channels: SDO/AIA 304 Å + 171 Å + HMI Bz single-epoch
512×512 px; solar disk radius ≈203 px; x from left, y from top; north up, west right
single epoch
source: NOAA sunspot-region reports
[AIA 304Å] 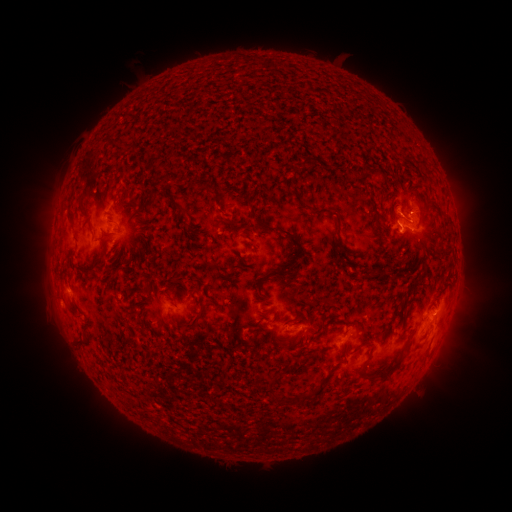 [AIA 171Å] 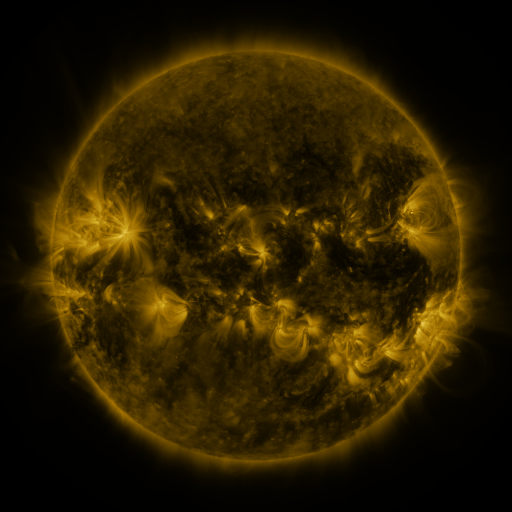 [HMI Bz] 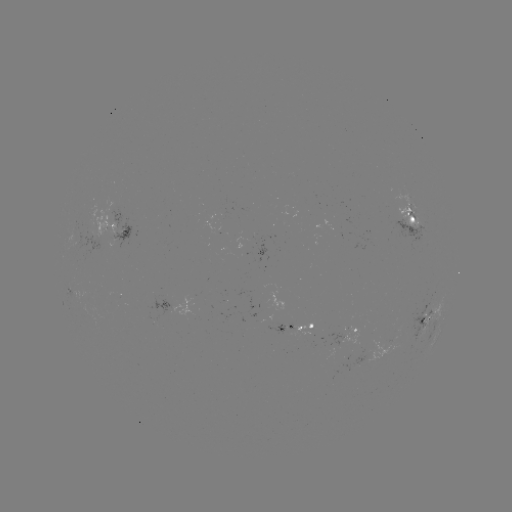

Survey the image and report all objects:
spotted active region: (412, 215)
spotted active region: (118, 228)
spotted active region: (101, 247)
spotted active region: (431, 319)
spotted active region: (300, 329)
spotted active region: (359, 332)
